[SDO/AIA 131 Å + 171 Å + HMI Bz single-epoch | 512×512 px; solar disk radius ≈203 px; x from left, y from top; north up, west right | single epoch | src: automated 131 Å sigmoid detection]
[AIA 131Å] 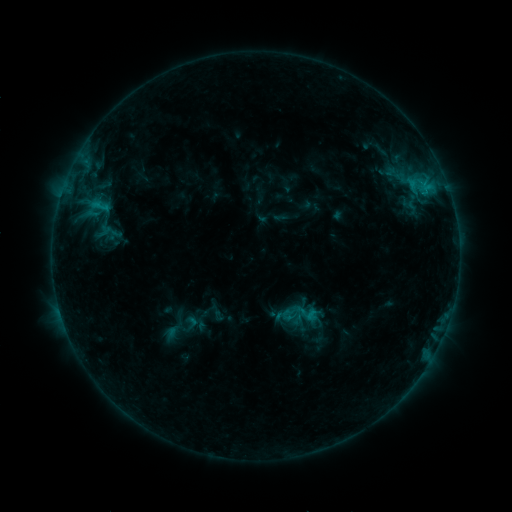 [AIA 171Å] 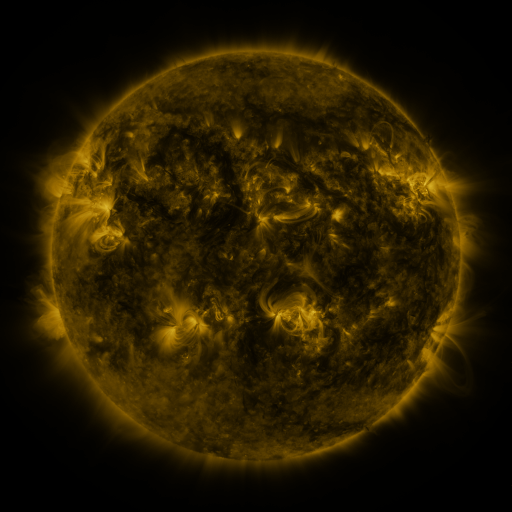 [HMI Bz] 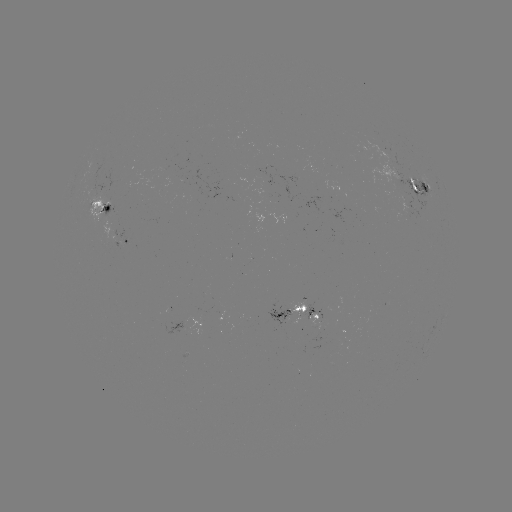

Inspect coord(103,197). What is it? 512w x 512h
sigmoid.